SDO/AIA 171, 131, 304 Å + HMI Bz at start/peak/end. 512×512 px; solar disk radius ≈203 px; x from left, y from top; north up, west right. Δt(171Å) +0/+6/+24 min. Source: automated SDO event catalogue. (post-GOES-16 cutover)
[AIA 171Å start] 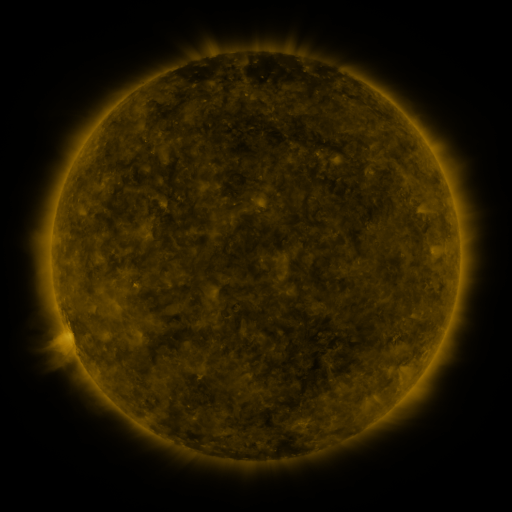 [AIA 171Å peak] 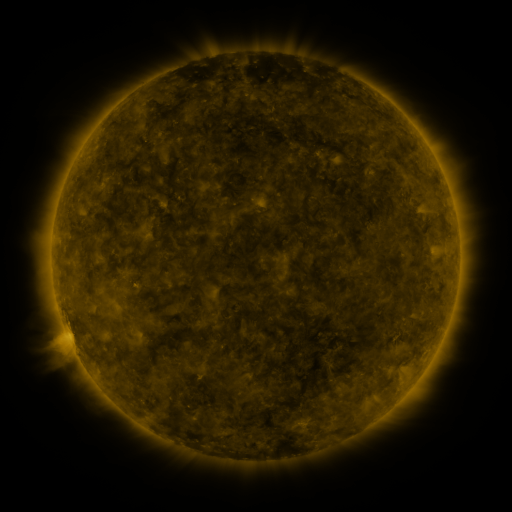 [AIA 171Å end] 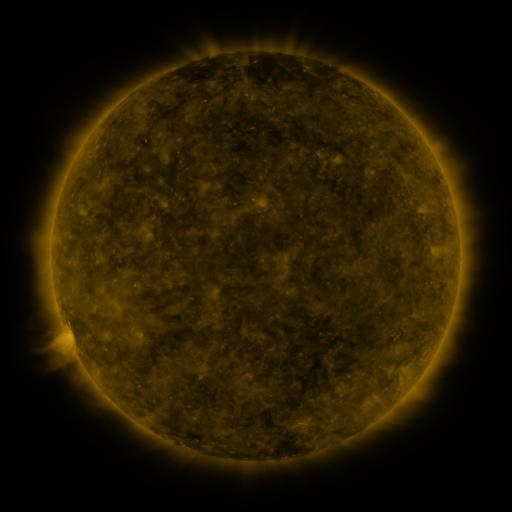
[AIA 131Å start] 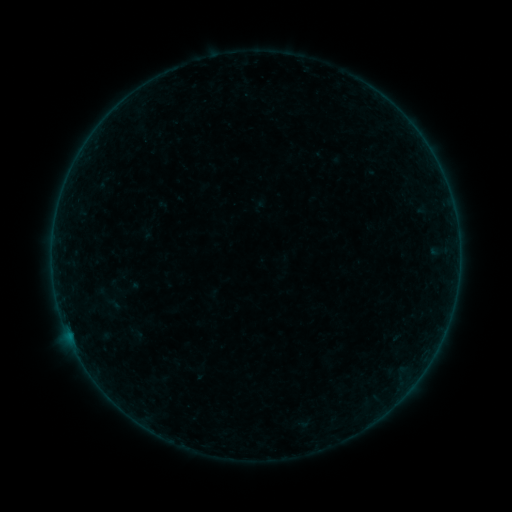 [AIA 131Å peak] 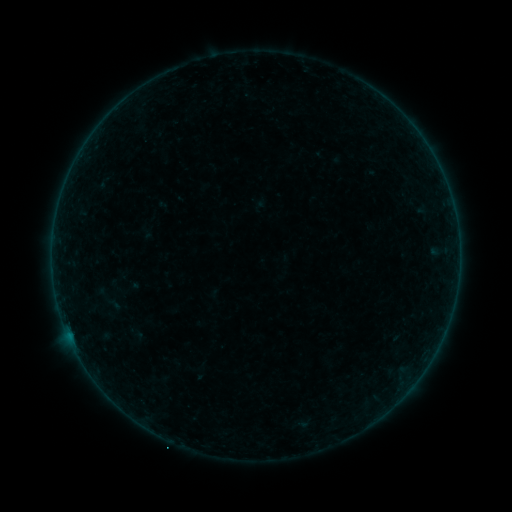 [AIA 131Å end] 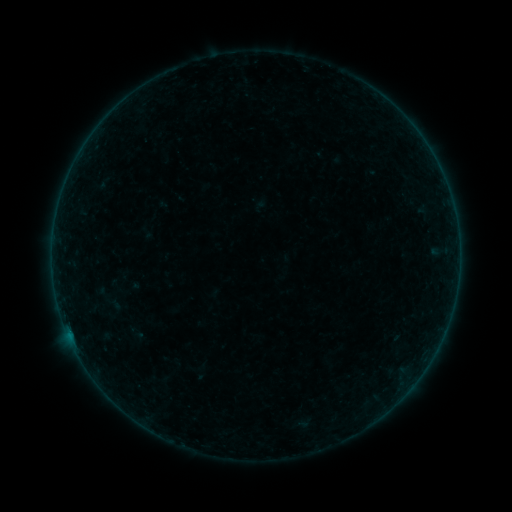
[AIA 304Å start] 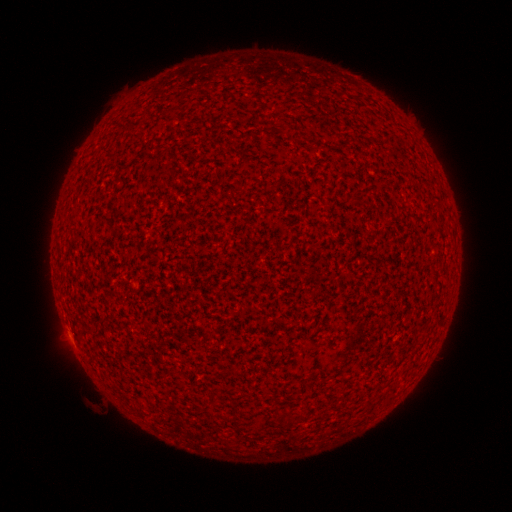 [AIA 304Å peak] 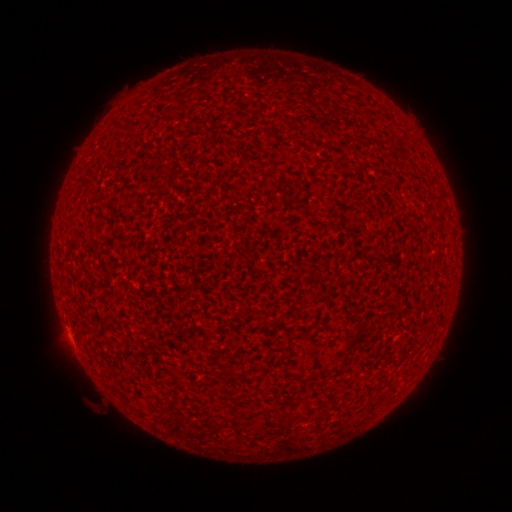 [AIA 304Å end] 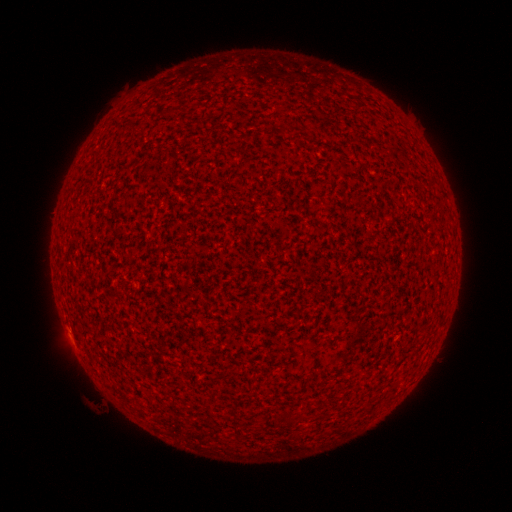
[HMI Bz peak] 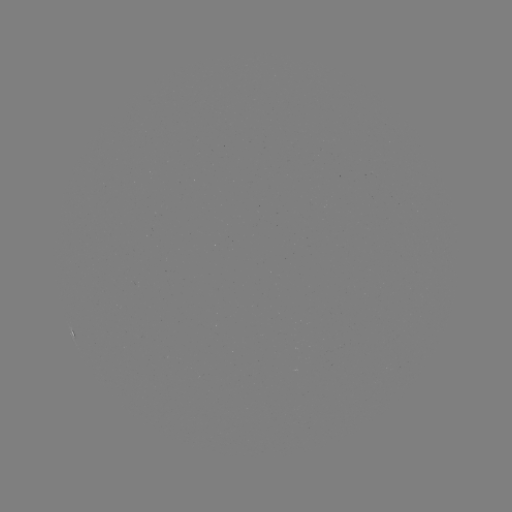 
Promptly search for A3.4 flare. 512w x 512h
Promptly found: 69,335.